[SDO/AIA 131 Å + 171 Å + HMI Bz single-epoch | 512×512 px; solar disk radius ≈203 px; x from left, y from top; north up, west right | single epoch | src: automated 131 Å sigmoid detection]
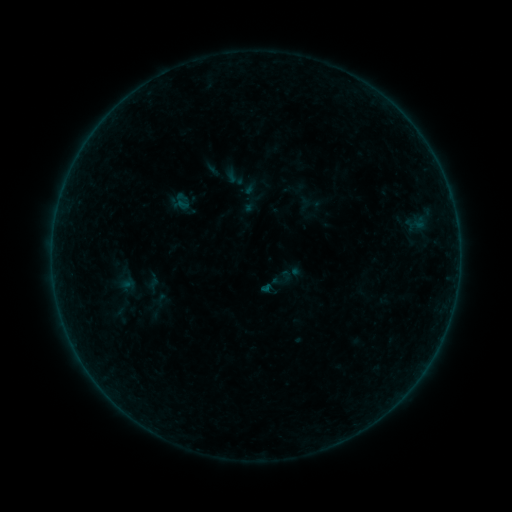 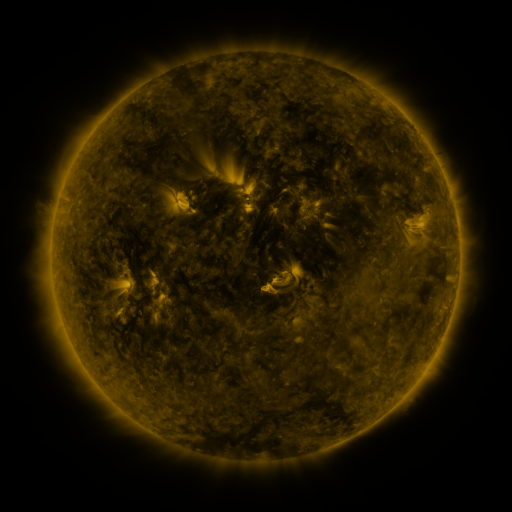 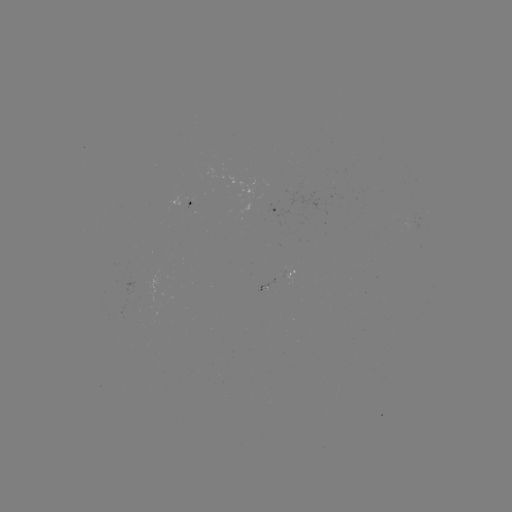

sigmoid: [222, 166, 246, 189]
